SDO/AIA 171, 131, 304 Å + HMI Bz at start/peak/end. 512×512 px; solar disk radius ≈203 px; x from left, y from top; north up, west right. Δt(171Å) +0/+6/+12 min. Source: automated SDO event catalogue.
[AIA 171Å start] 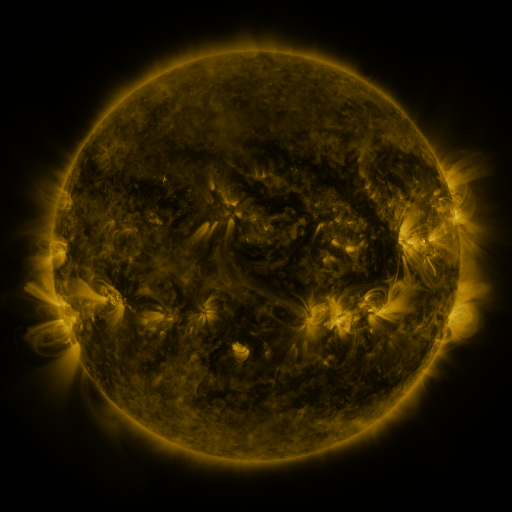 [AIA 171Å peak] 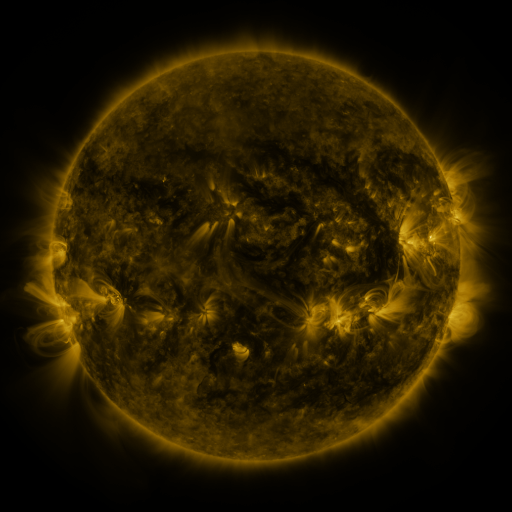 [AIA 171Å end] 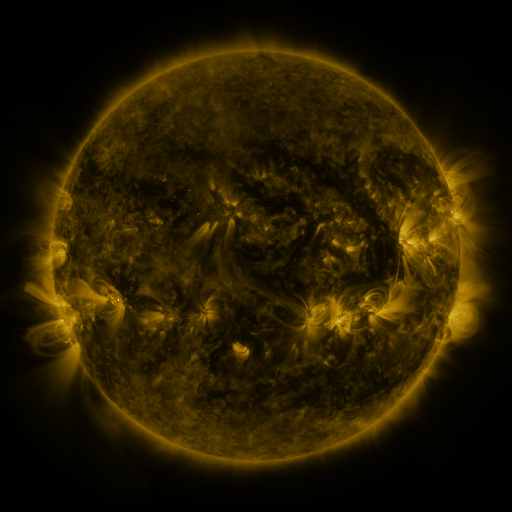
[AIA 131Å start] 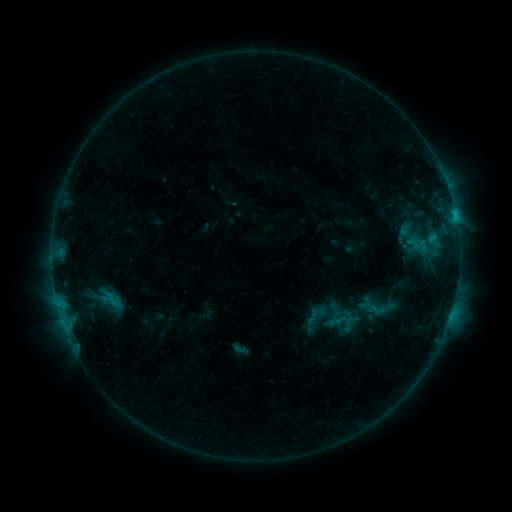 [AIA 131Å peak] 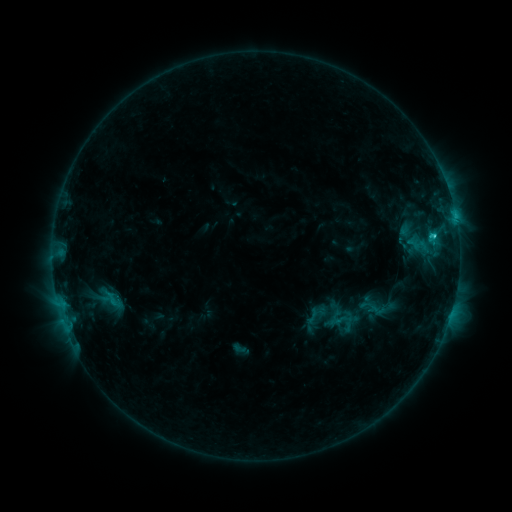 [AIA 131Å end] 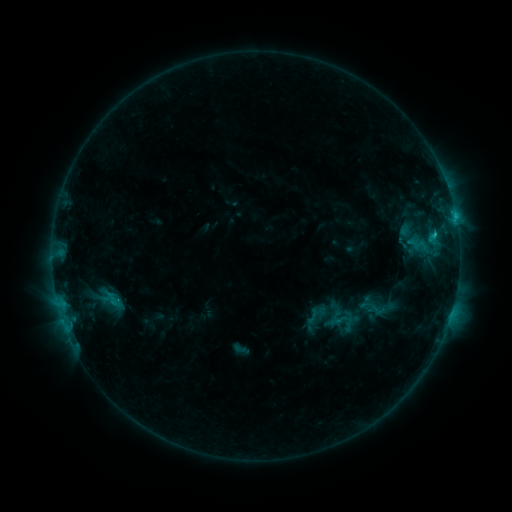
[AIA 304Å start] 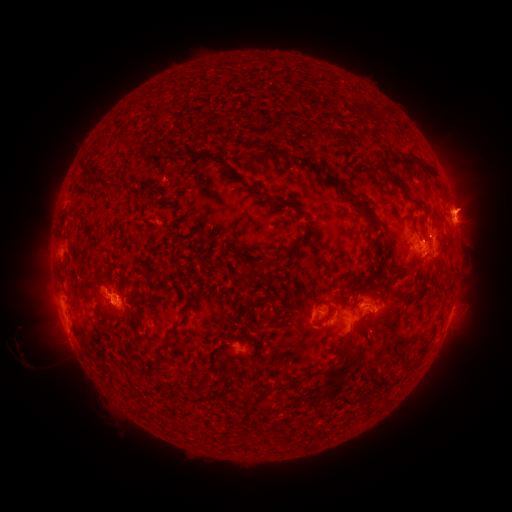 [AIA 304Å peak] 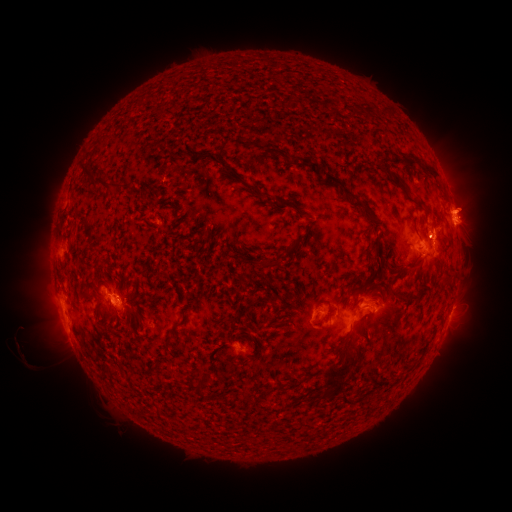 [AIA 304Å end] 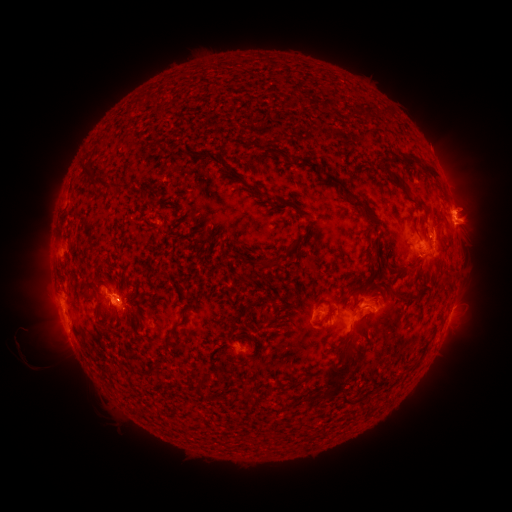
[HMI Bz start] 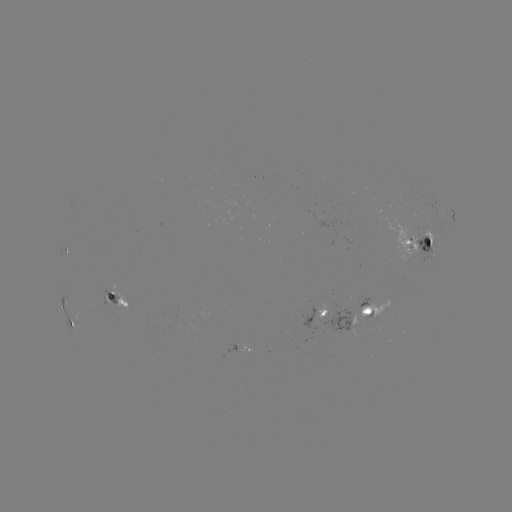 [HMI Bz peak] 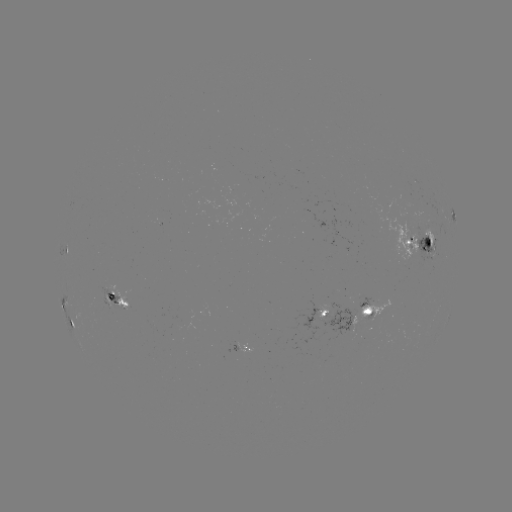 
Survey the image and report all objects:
C1.9 flare: (432, 239)
